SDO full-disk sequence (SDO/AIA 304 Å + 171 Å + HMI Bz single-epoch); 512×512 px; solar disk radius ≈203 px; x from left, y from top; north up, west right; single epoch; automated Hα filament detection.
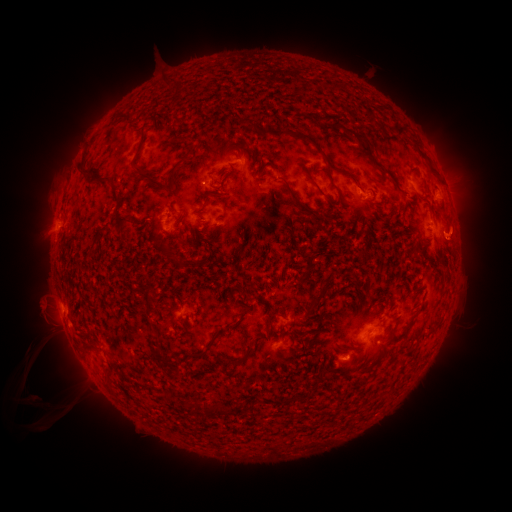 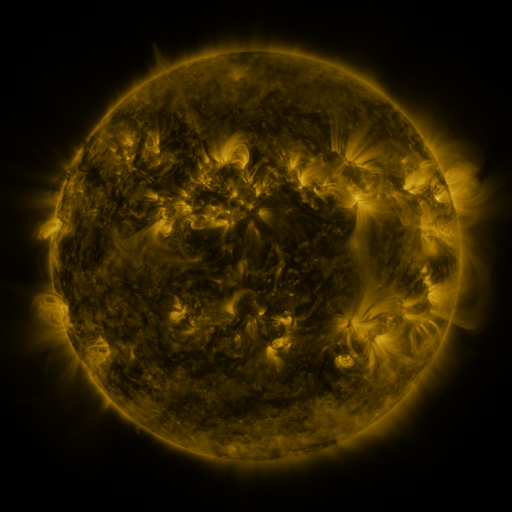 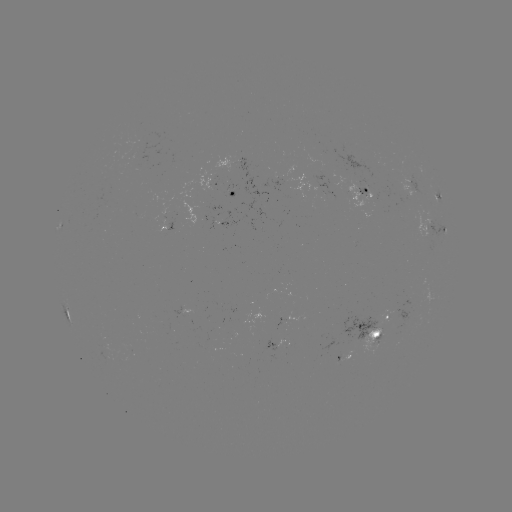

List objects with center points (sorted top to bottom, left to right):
filament: [306, 111, 316, 118]
filament: [331, 121, 345, 131]
filament: [273, 127, 336, 171]
filament: [398, 127, 406, 136]
filament: [355, 132, 374, 153]
filament: [169, 146, 195, 181]
filament: [77, 163, 109, 182]
filament: [134, 166, 165, 188]
filament: [307, 175, 325, 197]
filament: [285, 182, 317, 215]
filament: [334, 186, 343, 197]
filament: [117, 215, 132, 223]
filament: [302, 251, 313, 274]
filament: [308, 293, 323, 313]
filament: [209, 326, 227, 344]
filament: [244, 347, 254, 358]
filament: [170, 362, 179, 374]
filament: [191, 400, 201, 411]
